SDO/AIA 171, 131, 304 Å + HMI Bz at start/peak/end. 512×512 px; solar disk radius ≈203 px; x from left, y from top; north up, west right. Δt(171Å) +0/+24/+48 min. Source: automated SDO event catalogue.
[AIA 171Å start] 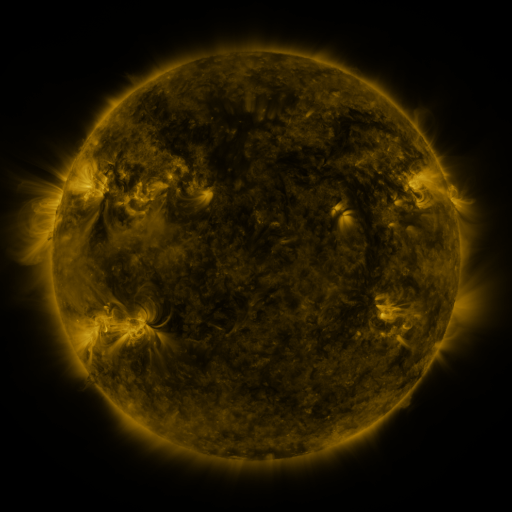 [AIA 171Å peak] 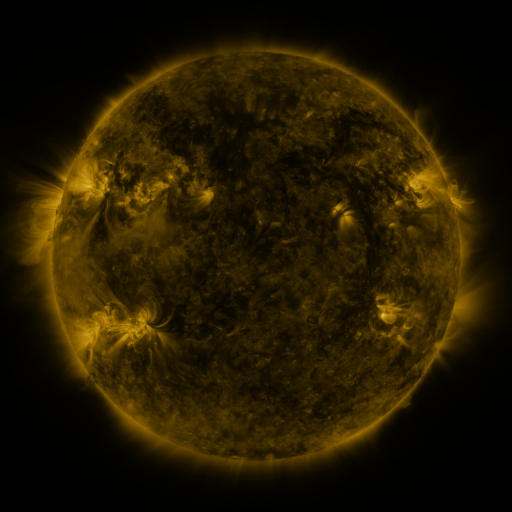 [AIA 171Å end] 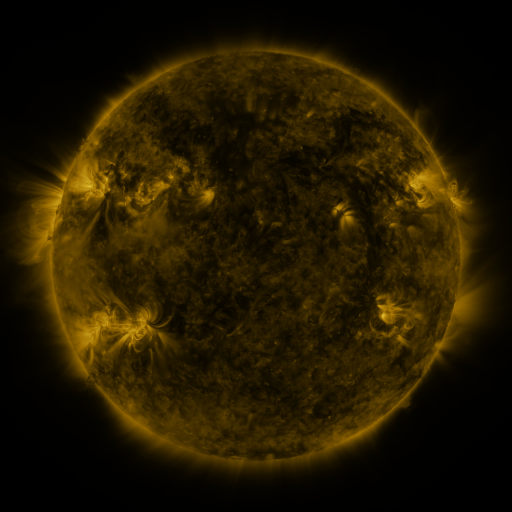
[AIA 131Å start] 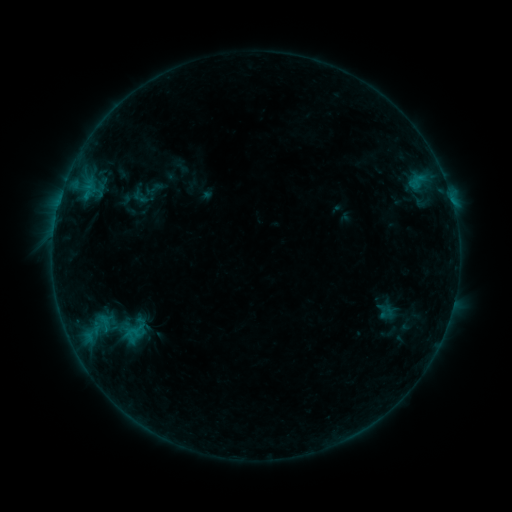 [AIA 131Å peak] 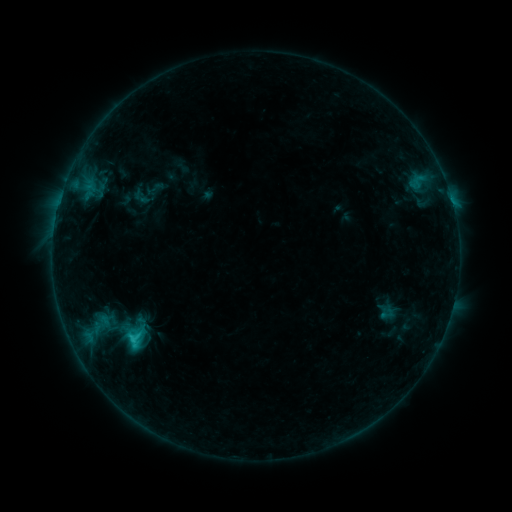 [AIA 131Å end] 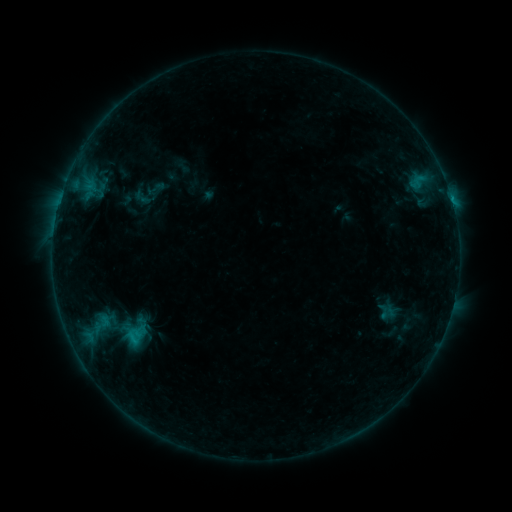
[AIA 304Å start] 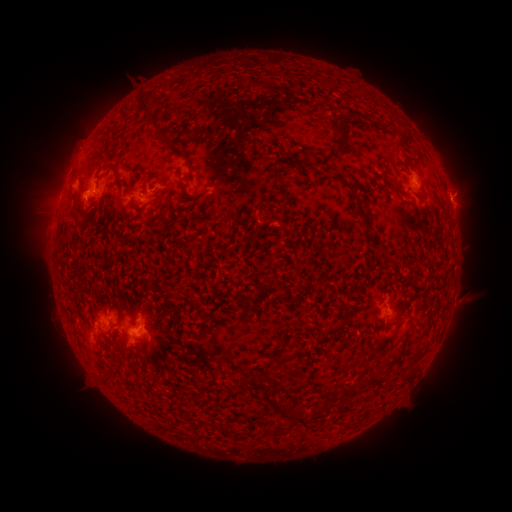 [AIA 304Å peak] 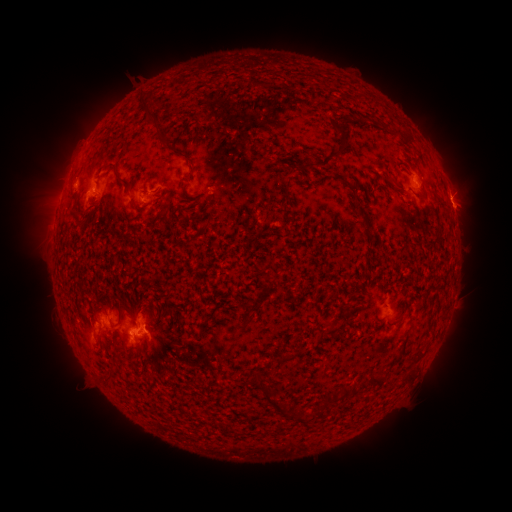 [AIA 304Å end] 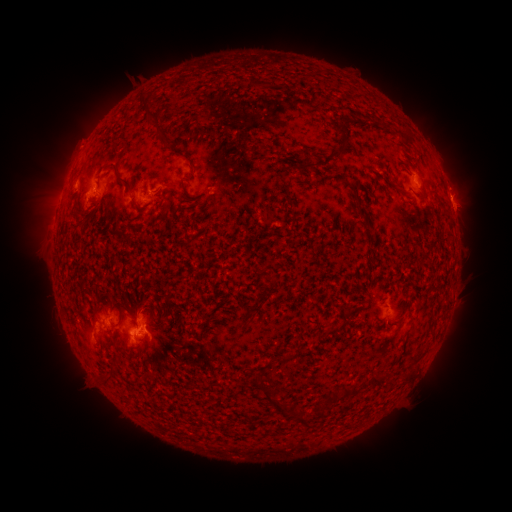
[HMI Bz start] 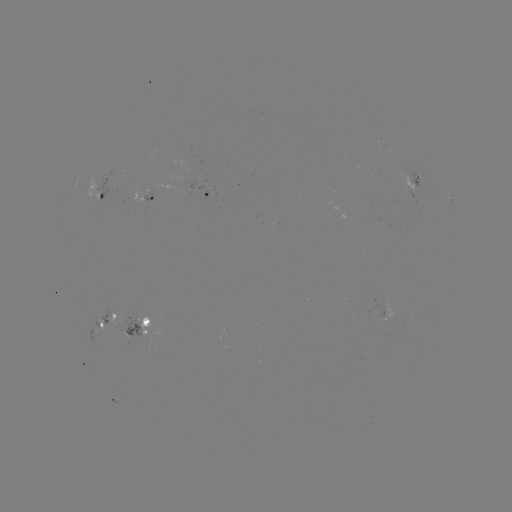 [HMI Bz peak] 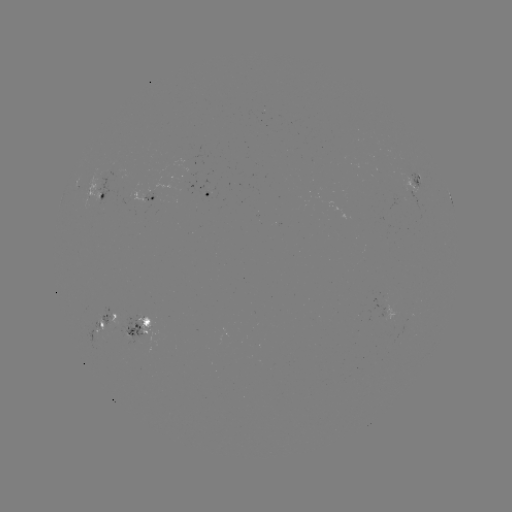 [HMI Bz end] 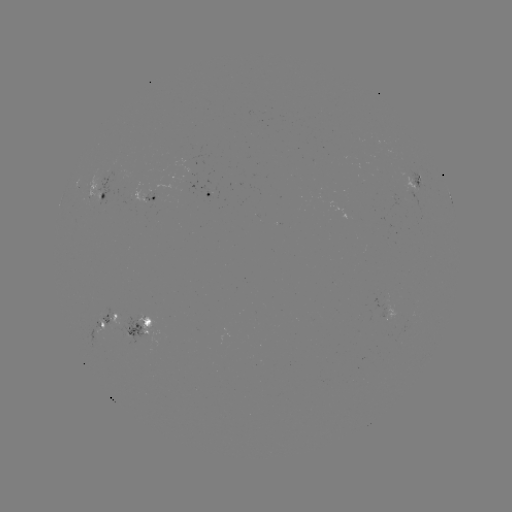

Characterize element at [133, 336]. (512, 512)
C1.7 flare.